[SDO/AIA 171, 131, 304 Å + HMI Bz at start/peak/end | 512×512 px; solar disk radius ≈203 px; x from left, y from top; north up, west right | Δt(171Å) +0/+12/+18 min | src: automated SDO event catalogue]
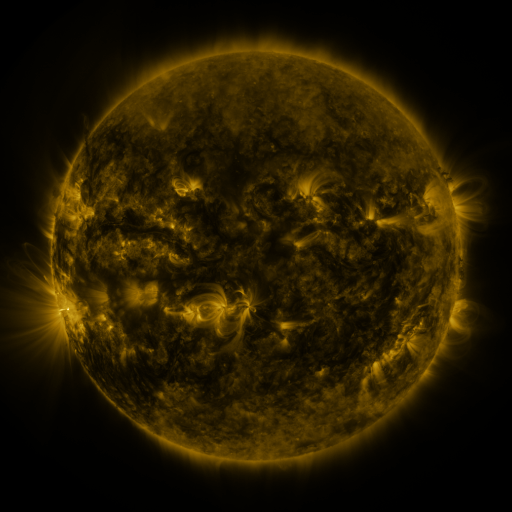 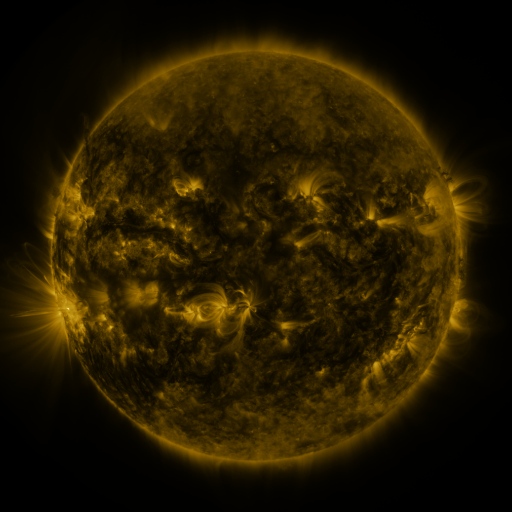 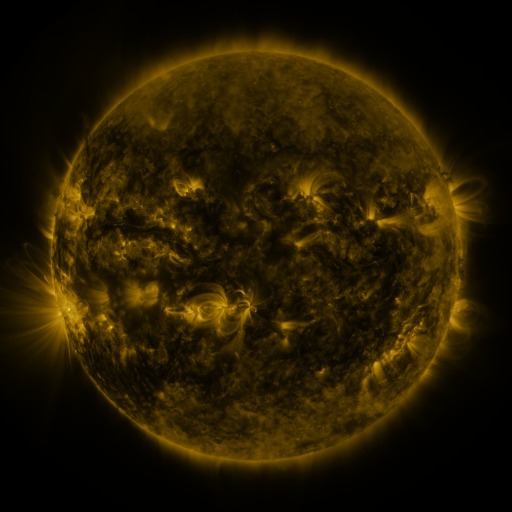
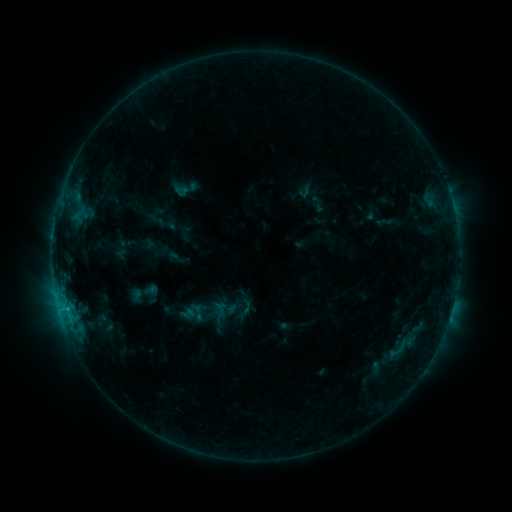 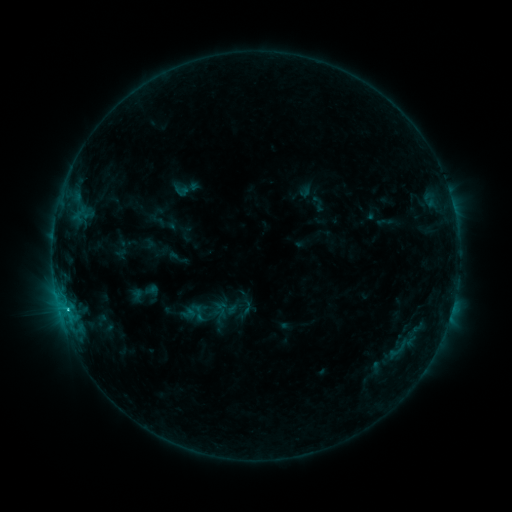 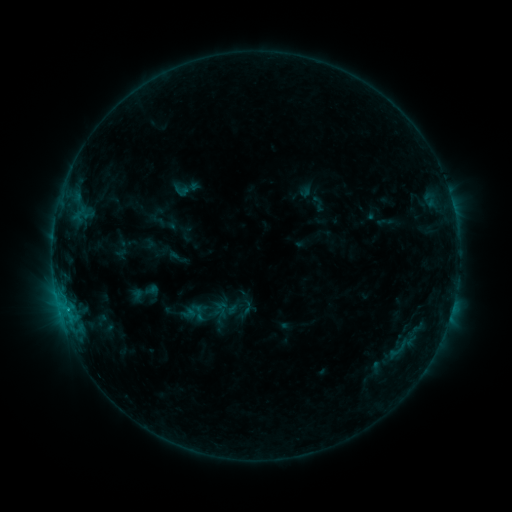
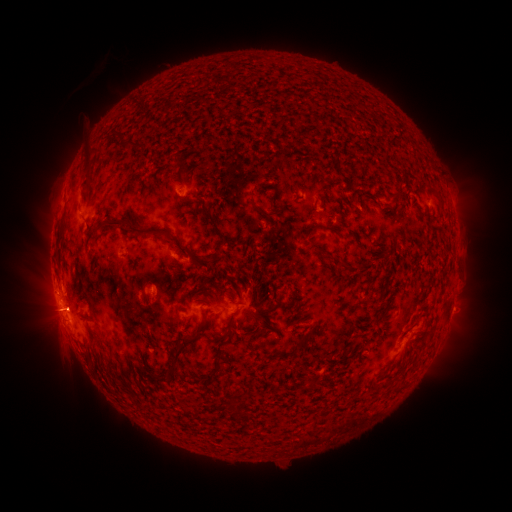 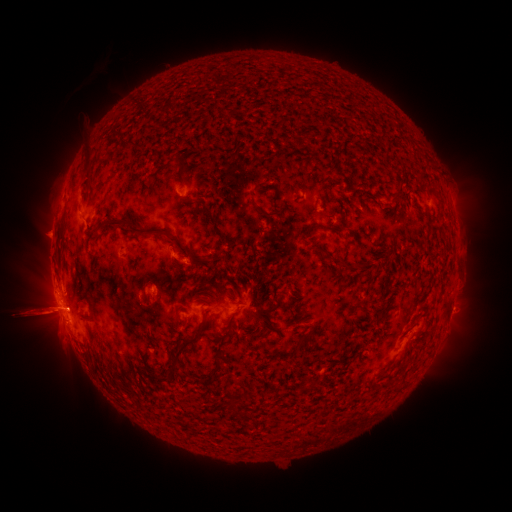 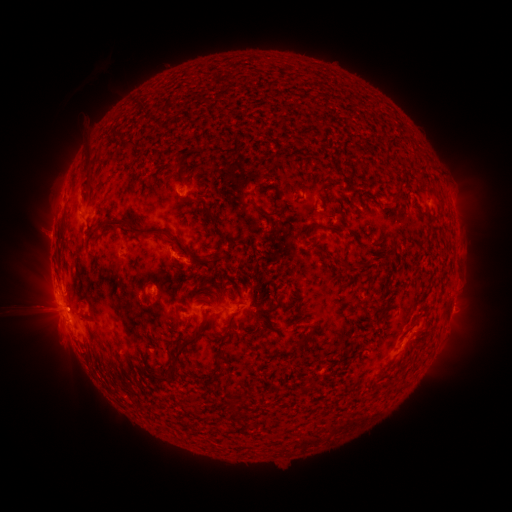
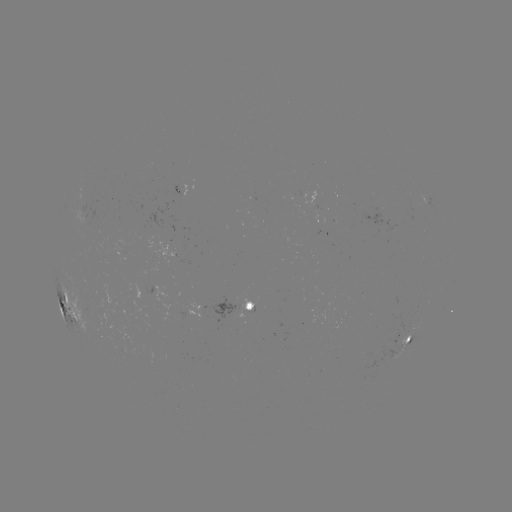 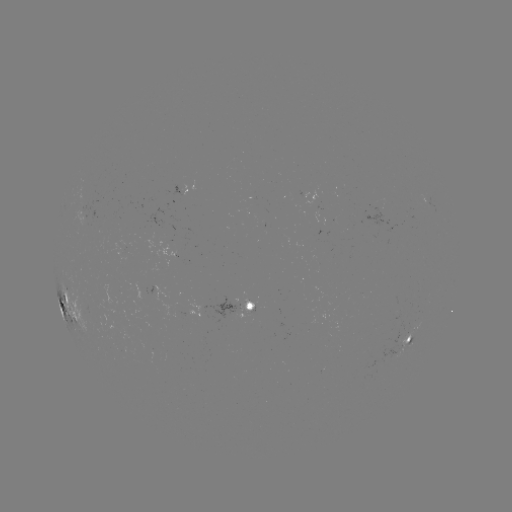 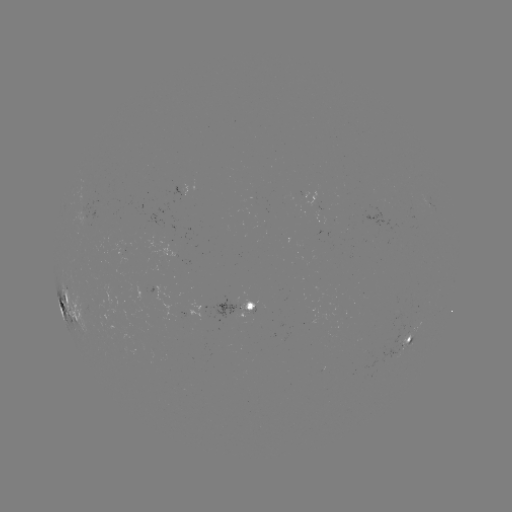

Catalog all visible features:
eruption: (48, 313)
